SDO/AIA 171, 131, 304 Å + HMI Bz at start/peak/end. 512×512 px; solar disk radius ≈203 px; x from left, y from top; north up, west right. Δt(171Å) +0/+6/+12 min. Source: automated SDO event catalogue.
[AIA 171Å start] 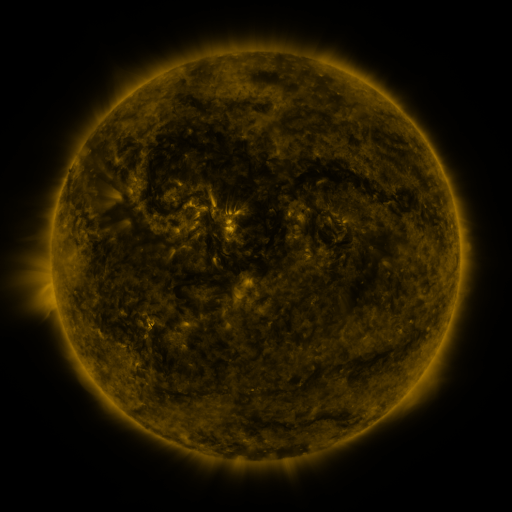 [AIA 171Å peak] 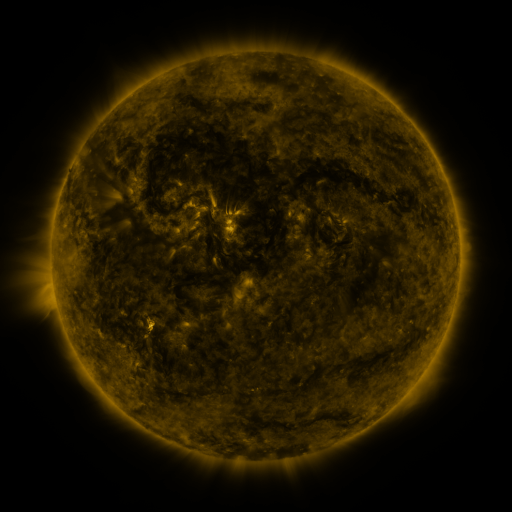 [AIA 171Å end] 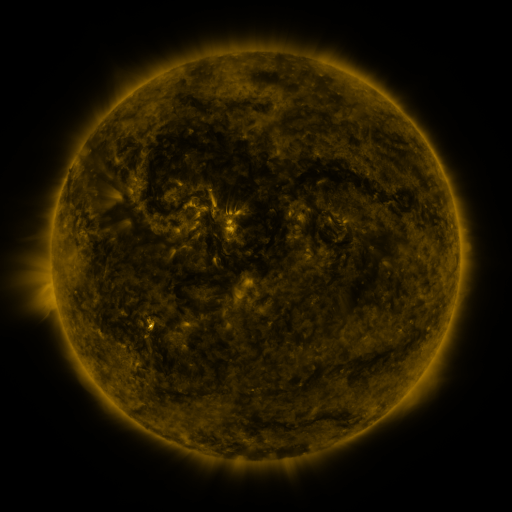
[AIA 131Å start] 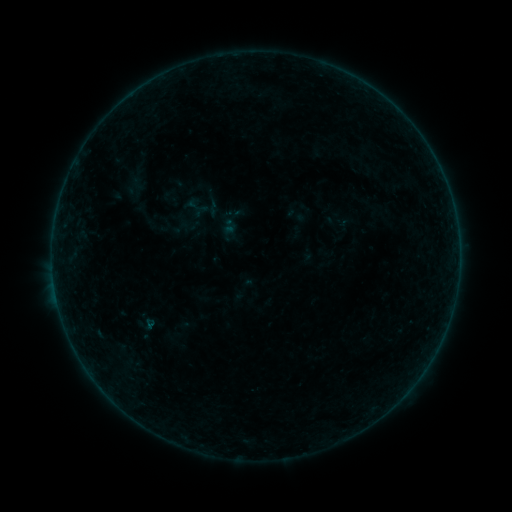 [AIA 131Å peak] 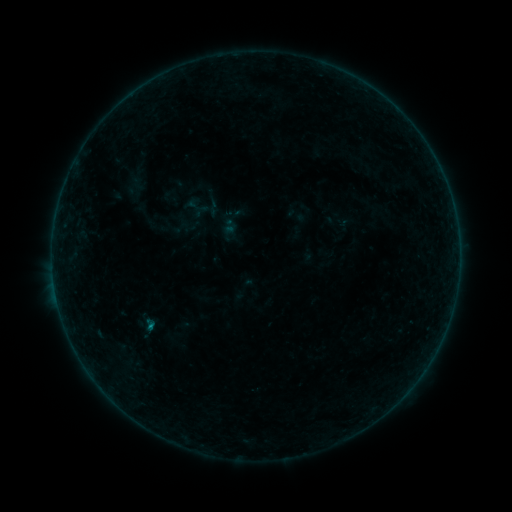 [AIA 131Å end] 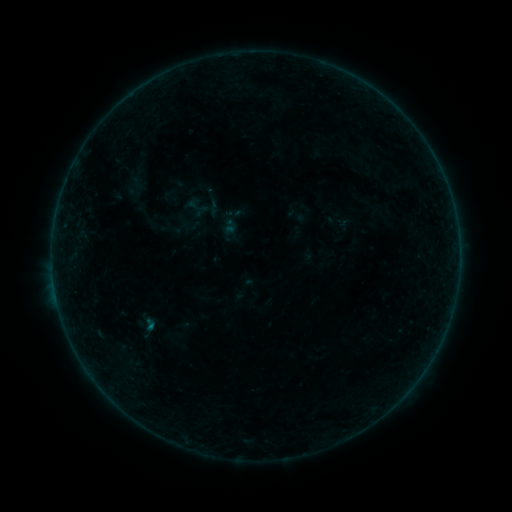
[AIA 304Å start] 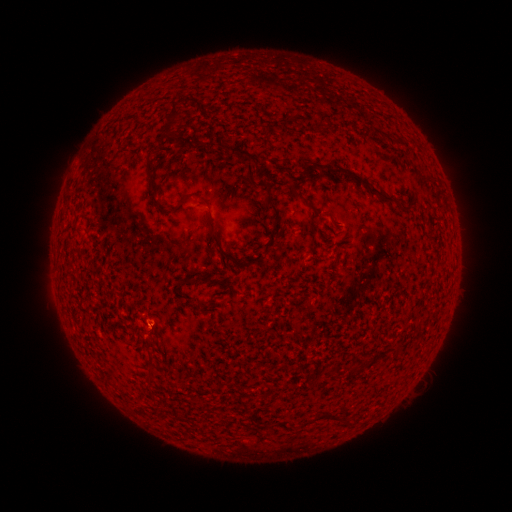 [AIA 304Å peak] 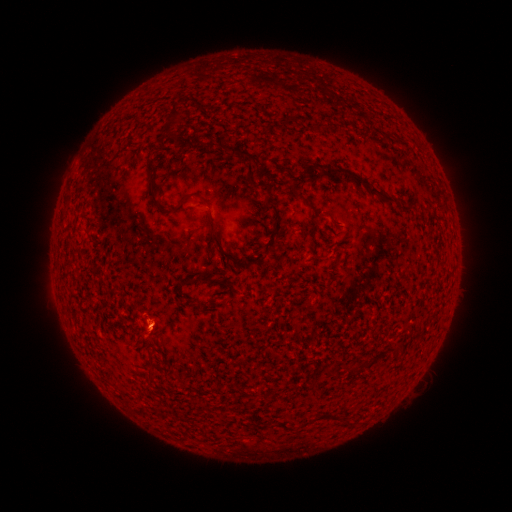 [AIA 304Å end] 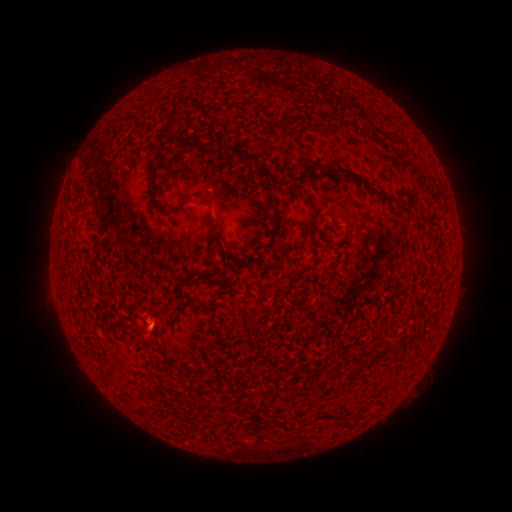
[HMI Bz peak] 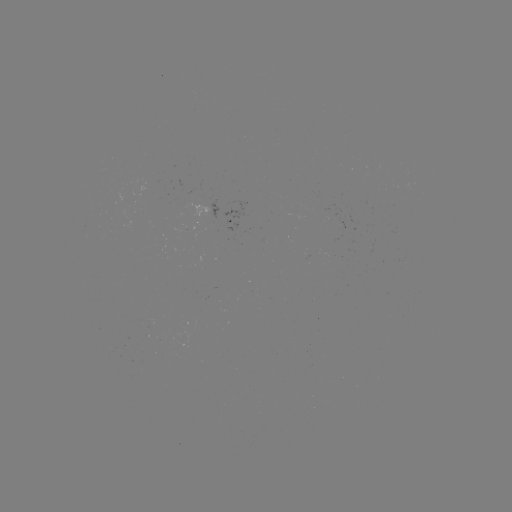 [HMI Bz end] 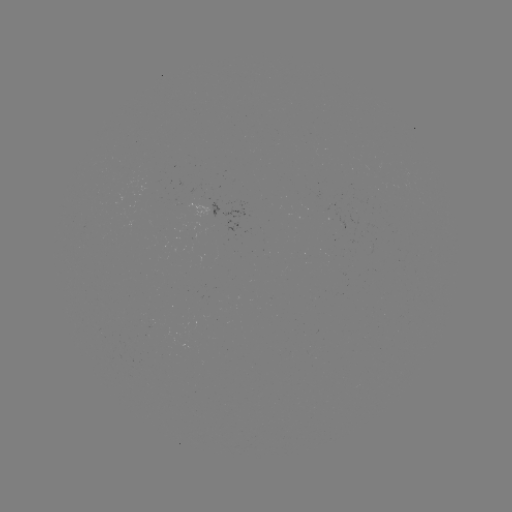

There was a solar flare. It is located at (152, 324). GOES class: B1.6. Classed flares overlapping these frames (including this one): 1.